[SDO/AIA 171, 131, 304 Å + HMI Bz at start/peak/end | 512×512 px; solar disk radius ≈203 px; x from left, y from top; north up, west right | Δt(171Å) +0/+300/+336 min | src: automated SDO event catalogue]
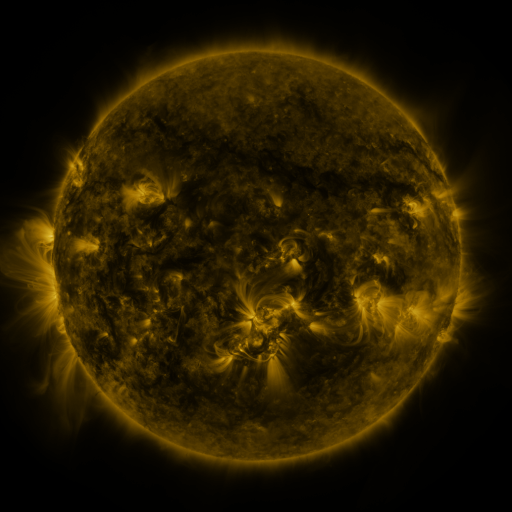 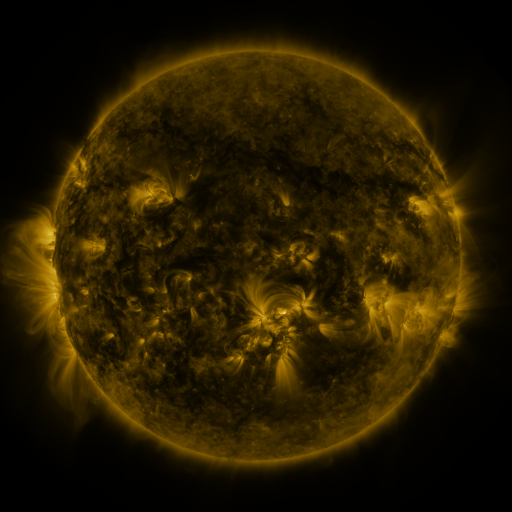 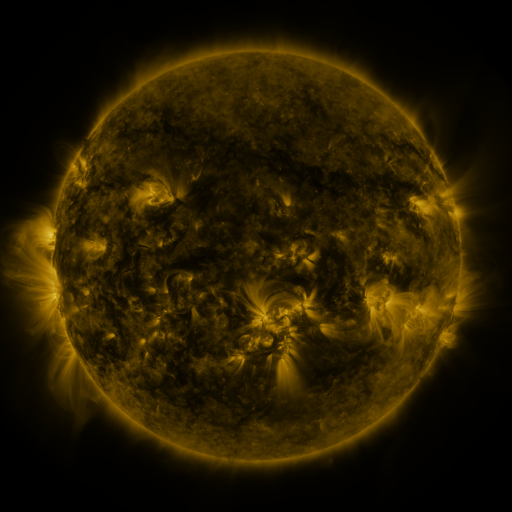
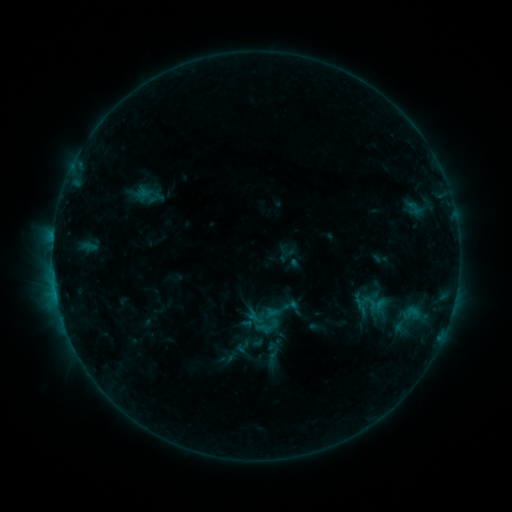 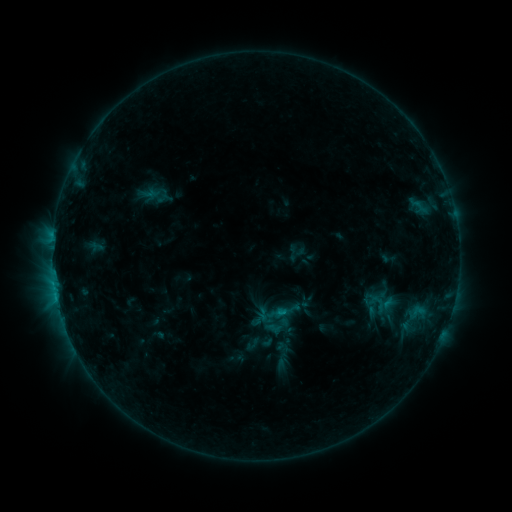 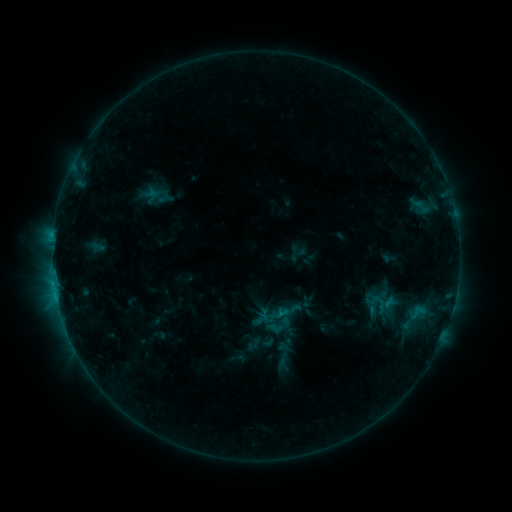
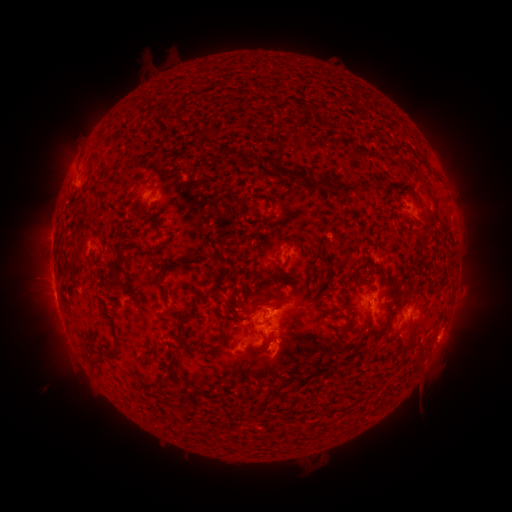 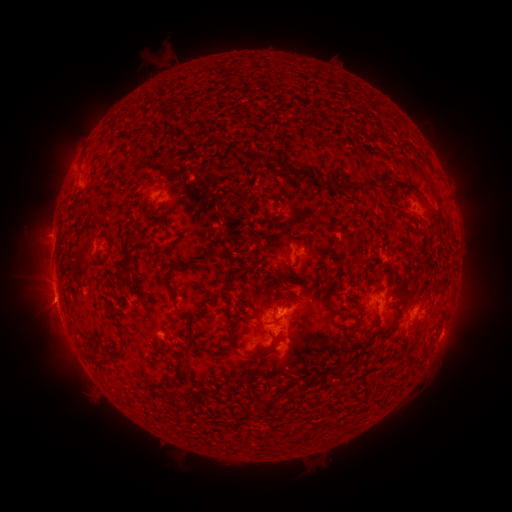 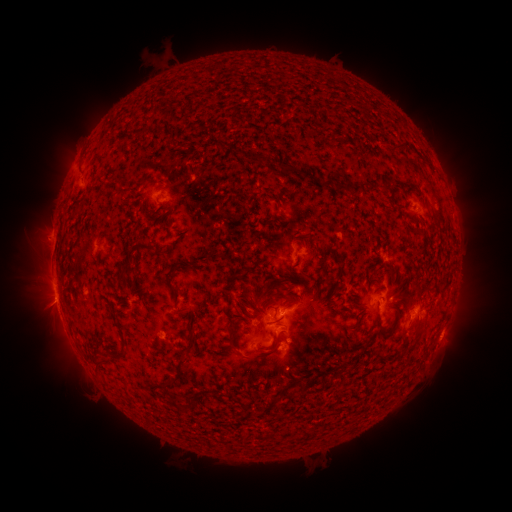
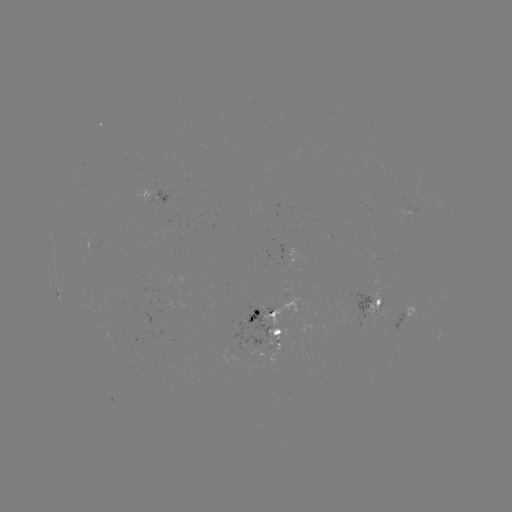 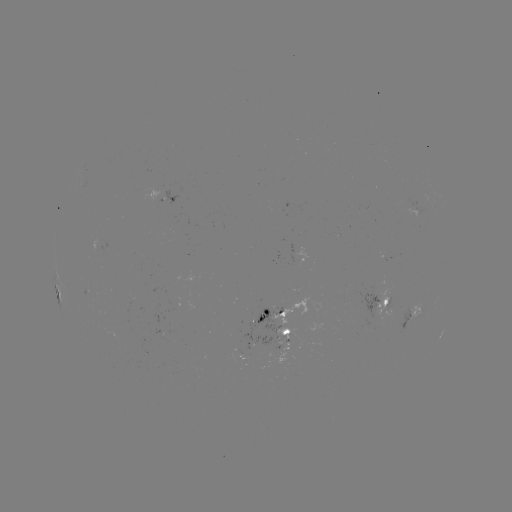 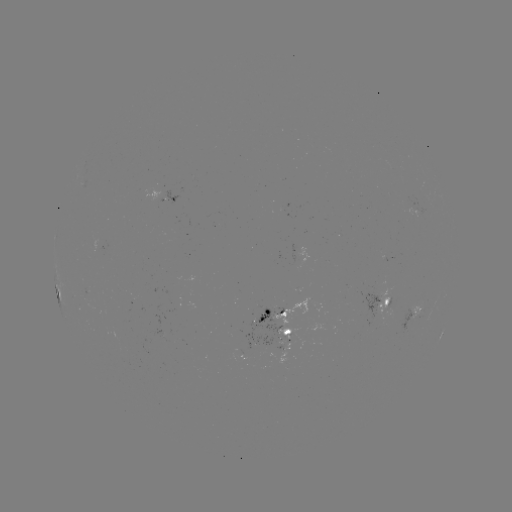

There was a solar emerging-flux region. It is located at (160, 330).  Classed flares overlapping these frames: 2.